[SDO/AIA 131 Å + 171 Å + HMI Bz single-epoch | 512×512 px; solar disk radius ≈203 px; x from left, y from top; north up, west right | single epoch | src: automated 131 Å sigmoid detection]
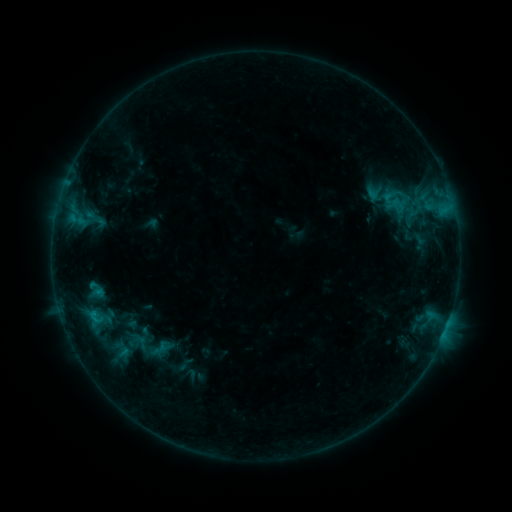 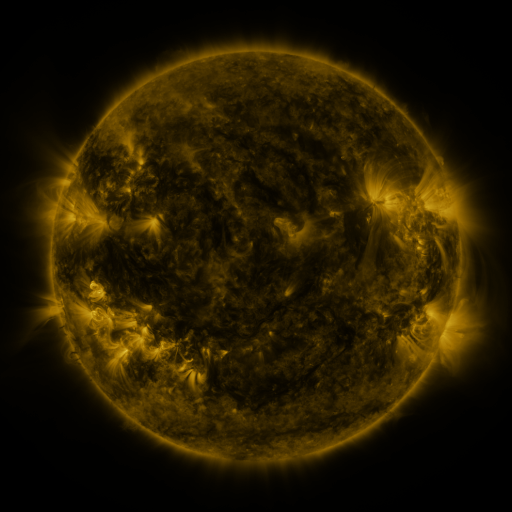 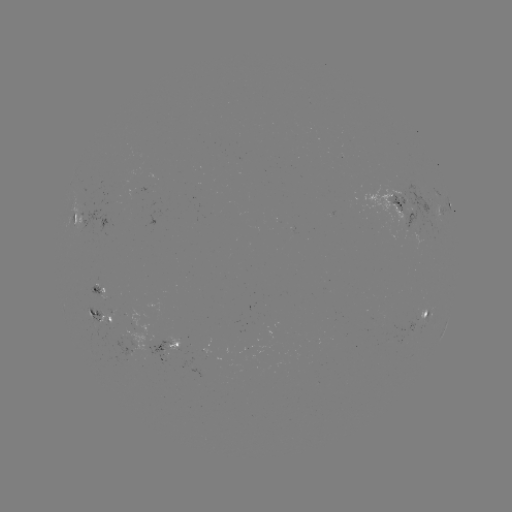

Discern sigmoid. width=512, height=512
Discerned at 160,348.